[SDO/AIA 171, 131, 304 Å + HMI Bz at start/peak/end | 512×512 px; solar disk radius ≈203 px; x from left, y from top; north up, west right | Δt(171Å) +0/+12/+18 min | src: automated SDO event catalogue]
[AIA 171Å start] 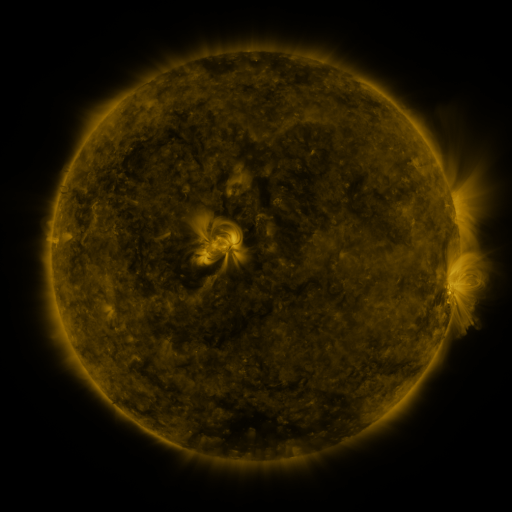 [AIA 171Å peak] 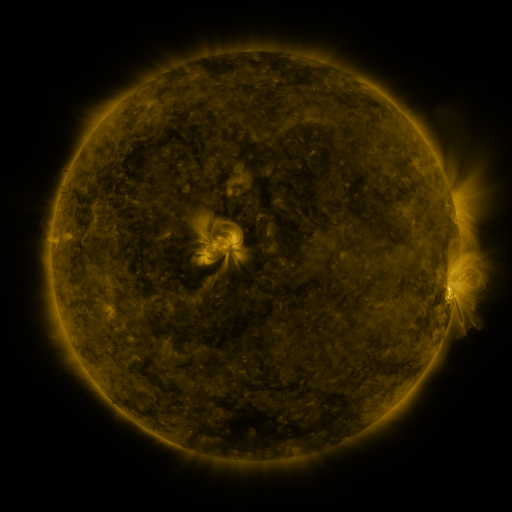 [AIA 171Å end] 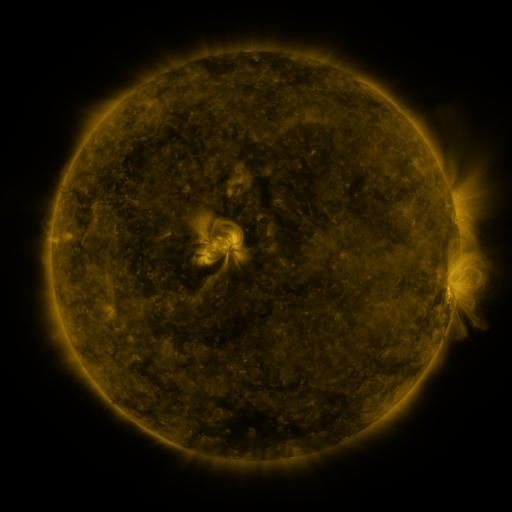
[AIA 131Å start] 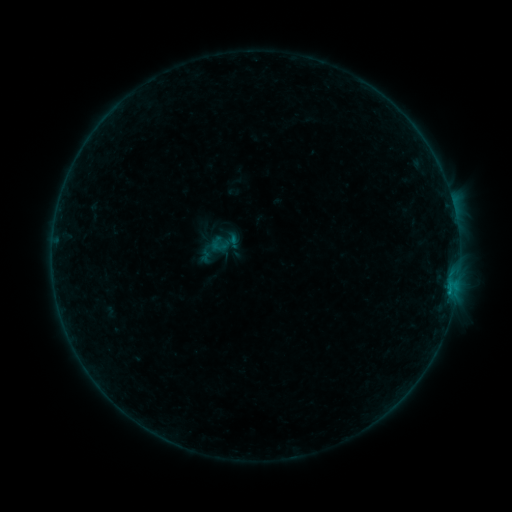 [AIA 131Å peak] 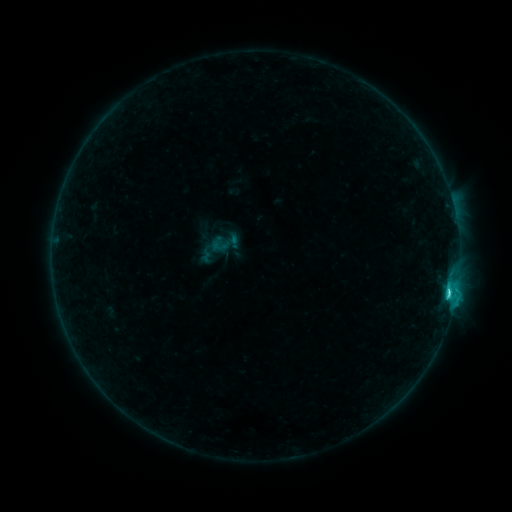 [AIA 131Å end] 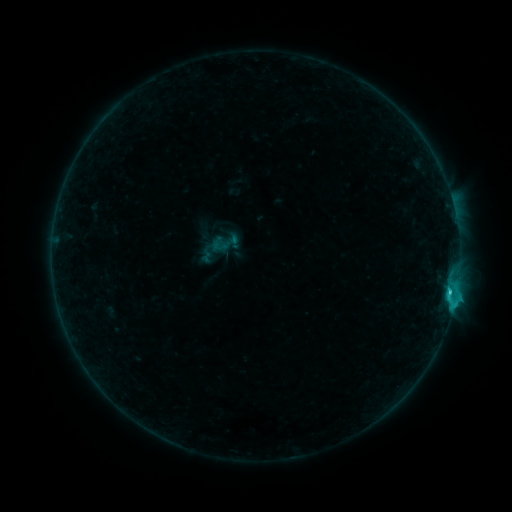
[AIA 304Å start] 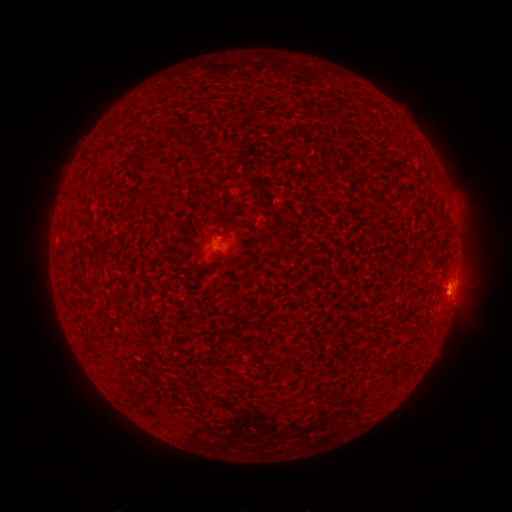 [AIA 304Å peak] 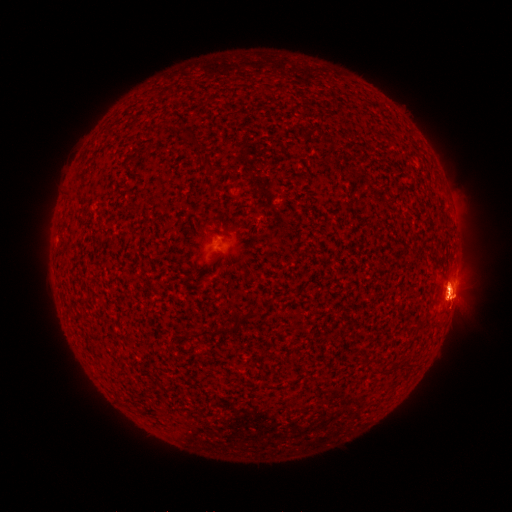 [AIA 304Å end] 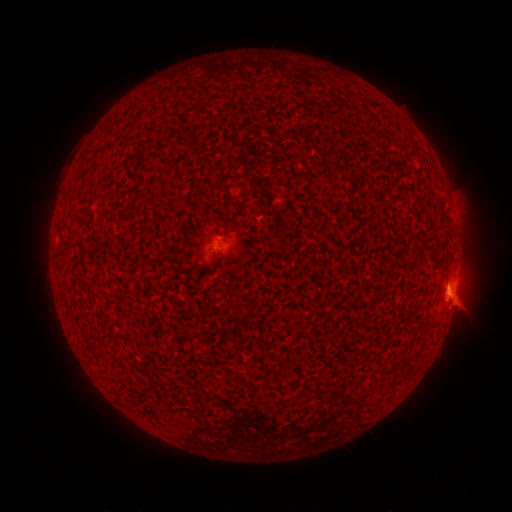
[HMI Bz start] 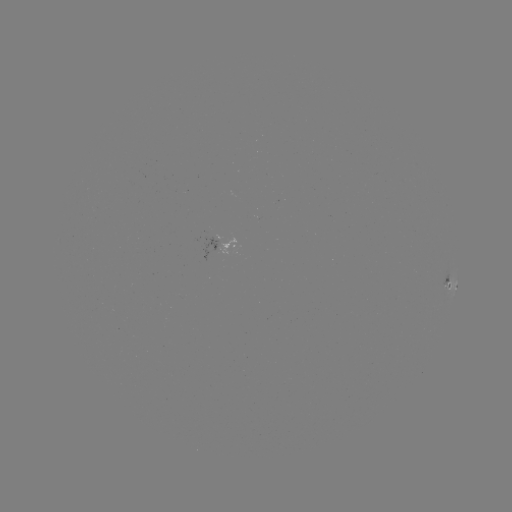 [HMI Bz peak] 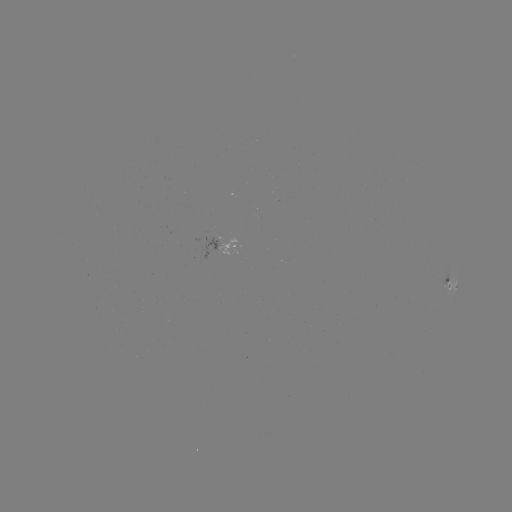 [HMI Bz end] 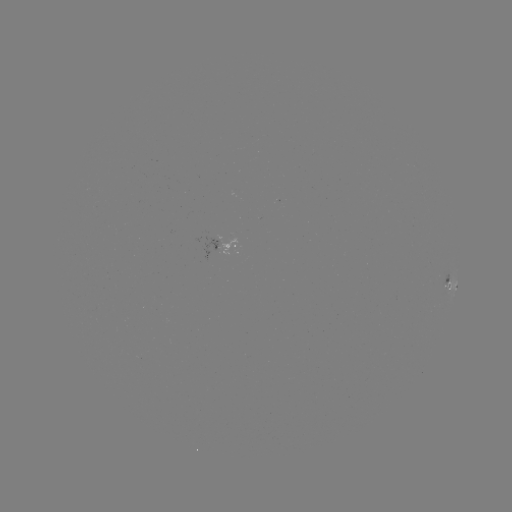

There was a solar flare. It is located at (448, 289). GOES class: C2.7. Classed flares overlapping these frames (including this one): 1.